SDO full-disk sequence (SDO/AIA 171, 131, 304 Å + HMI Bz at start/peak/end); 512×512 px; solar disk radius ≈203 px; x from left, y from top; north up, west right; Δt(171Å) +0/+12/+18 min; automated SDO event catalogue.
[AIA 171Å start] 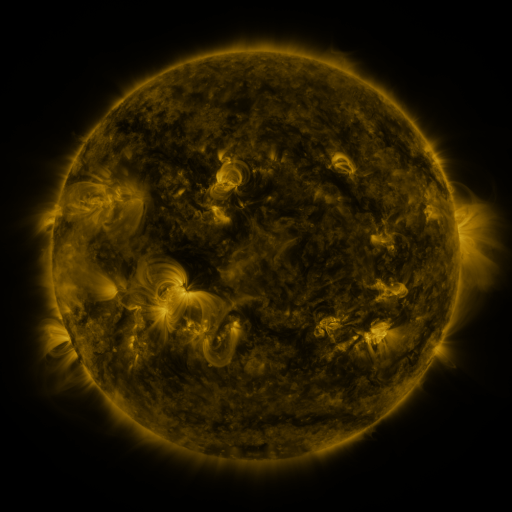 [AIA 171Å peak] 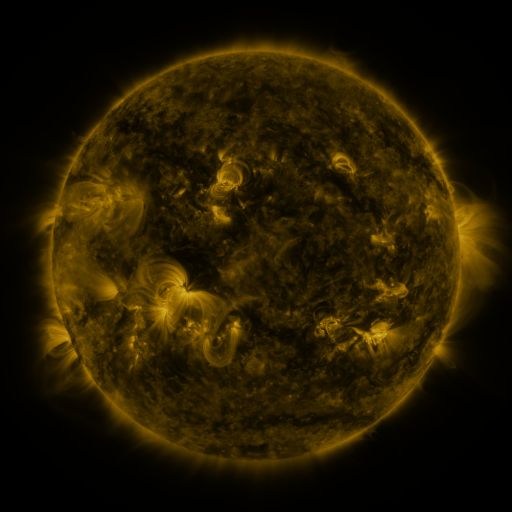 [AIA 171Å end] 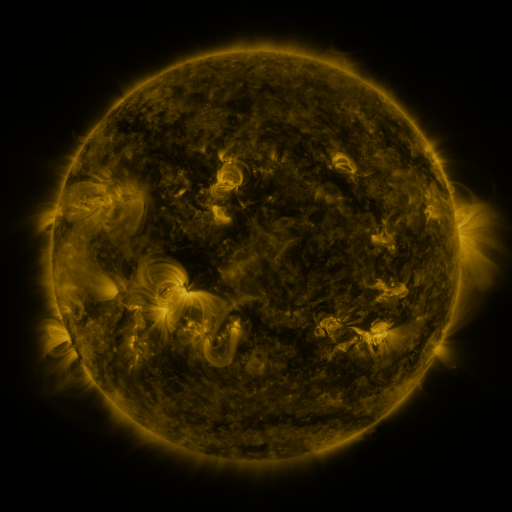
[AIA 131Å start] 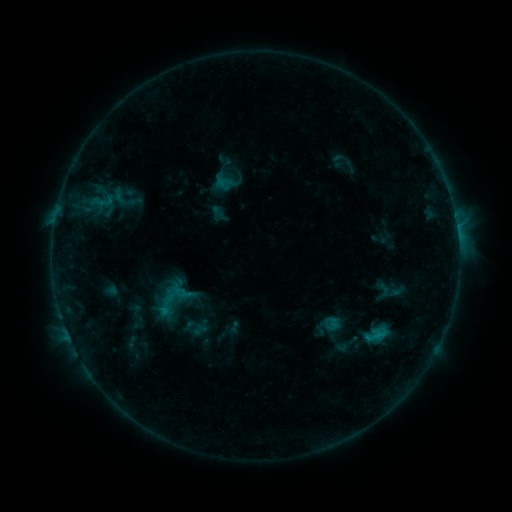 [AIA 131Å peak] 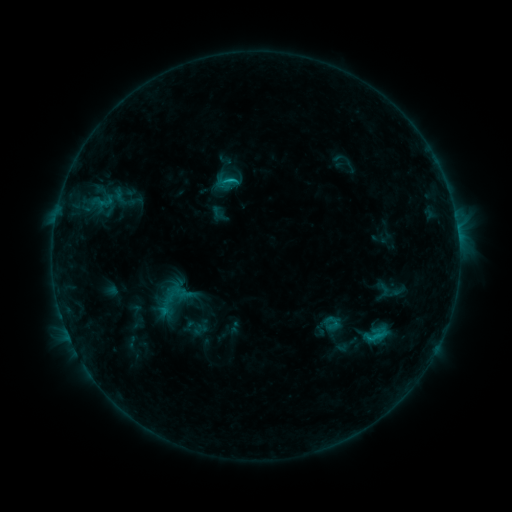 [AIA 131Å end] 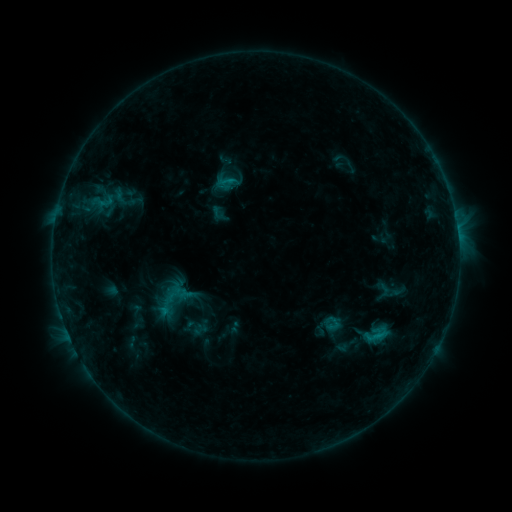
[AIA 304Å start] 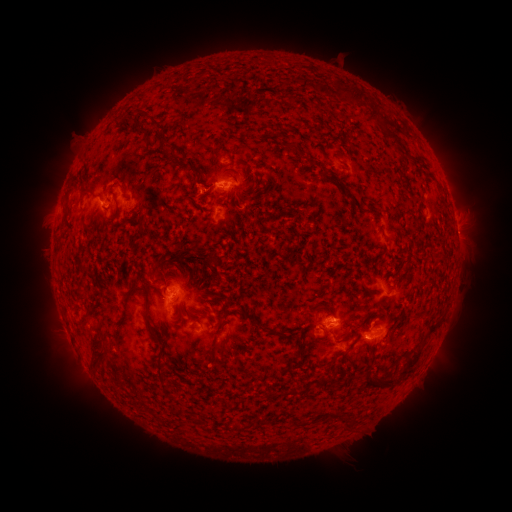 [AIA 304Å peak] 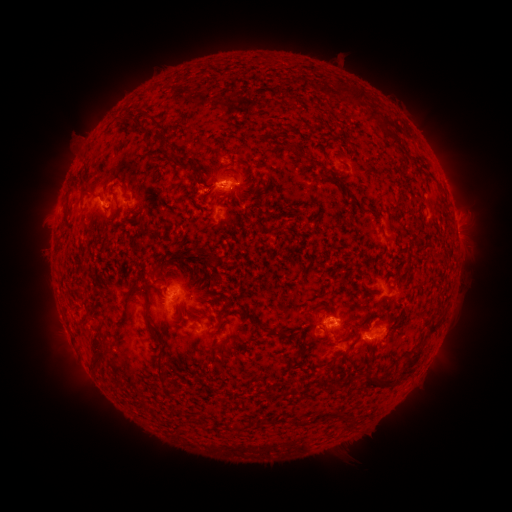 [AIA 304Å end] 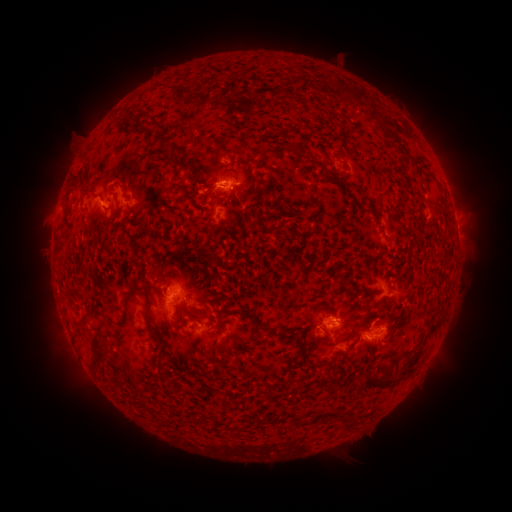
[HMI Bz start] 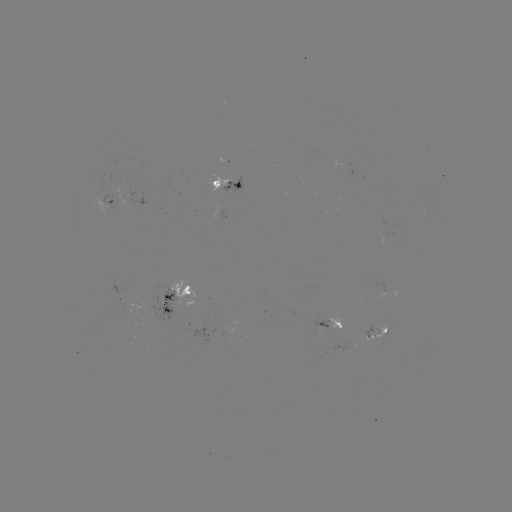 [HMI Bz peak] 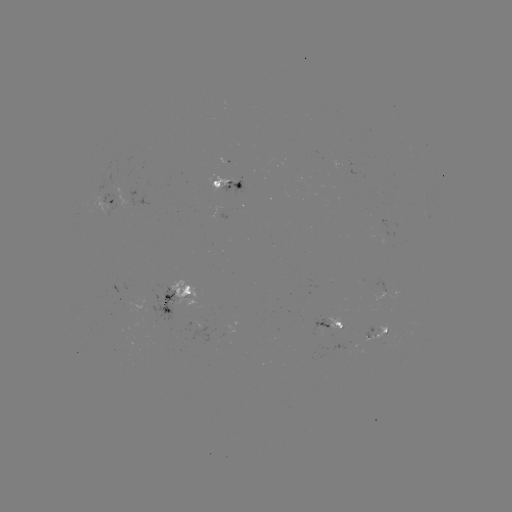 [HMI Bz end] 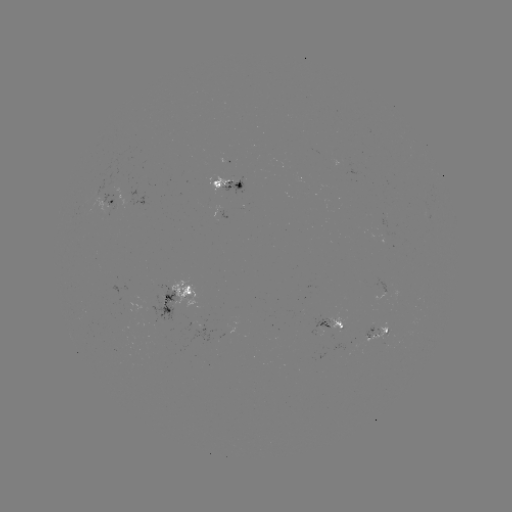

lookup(B9.3 flare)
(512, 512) [232, 182]